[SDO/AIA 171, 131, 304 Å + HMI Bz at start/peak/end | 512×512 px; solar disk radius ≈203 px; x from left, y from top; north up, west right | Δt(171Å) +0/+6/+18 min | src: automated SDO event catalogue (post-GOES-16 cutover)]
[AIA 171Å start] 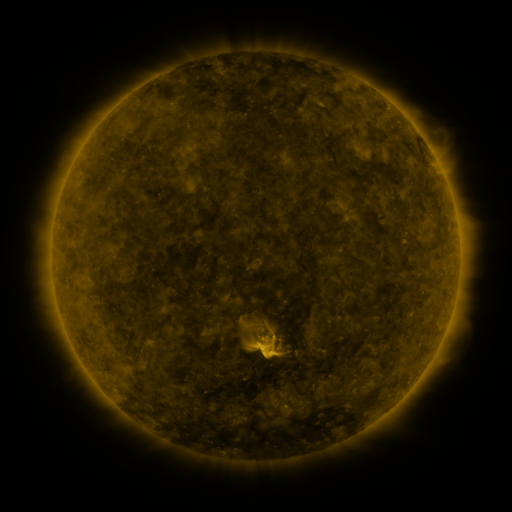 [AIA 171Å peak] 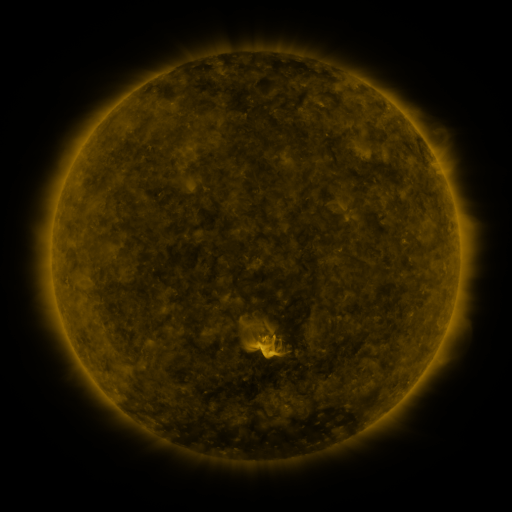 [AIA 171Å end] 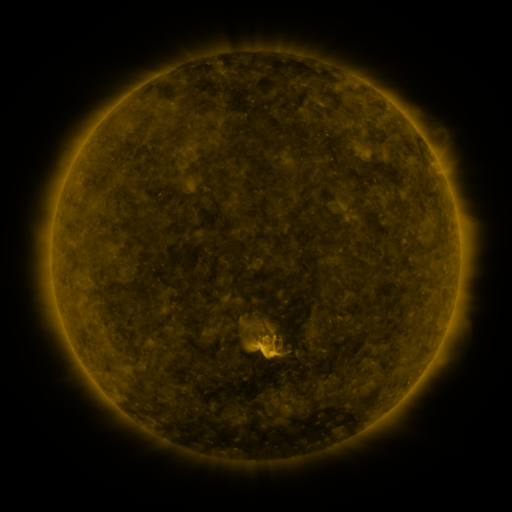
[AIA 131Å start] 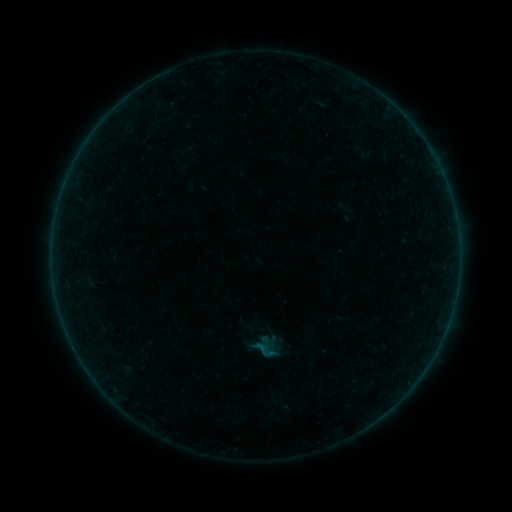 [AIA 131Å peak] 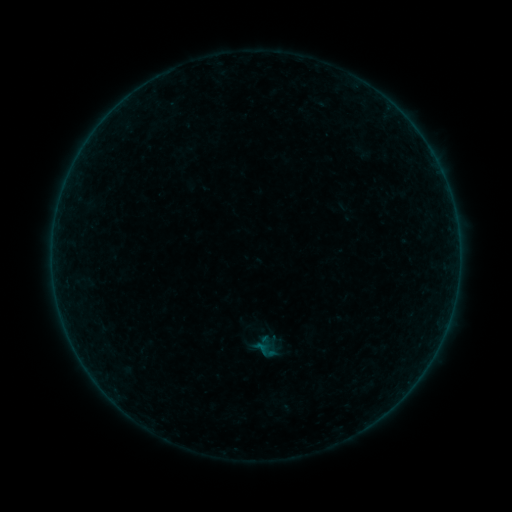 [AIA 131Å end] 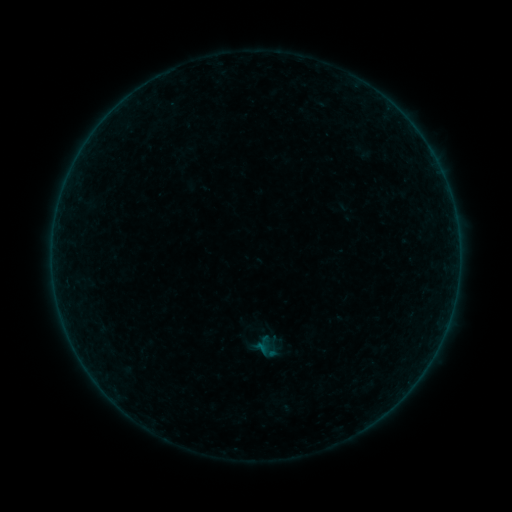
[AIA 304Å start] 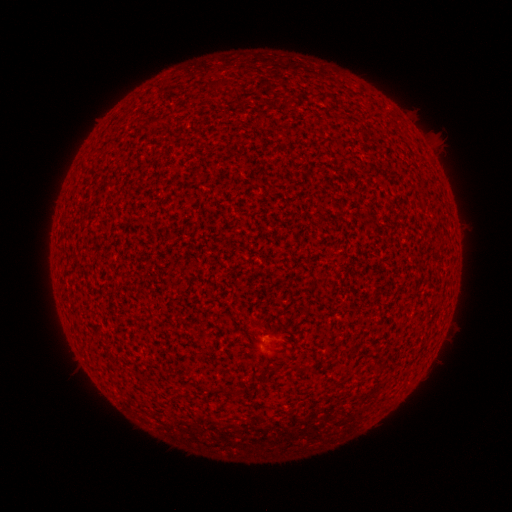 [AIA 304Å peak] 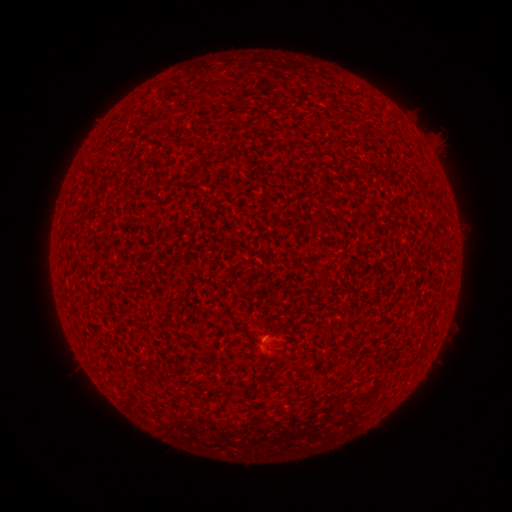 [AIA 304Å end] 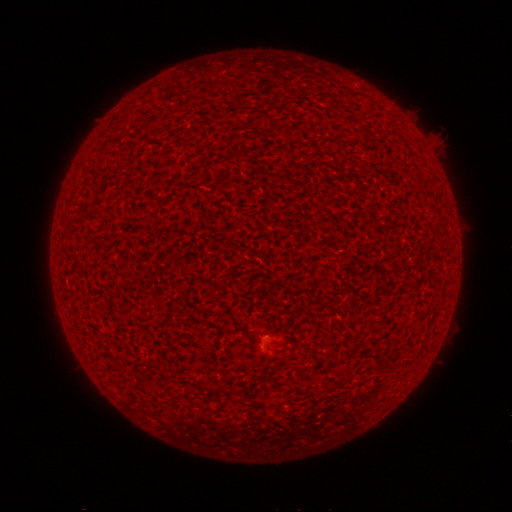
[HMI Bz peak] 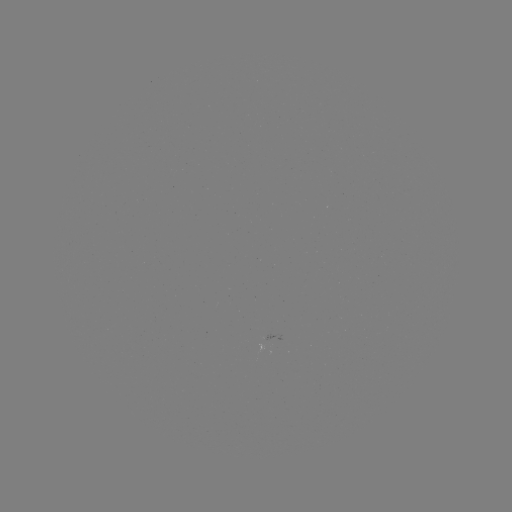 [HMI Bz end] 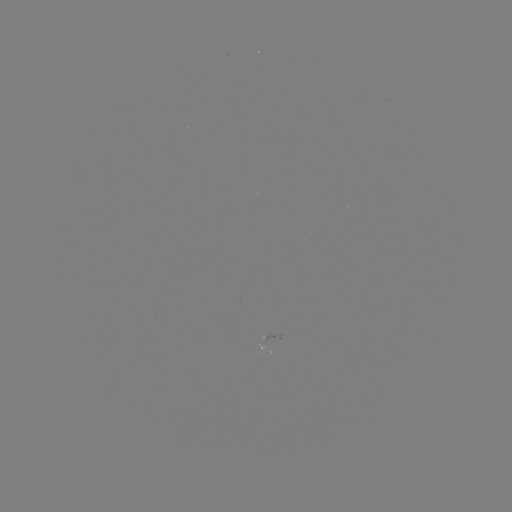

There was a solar flare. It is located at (261, 344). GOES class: A2.0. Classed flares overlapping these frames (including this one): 1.